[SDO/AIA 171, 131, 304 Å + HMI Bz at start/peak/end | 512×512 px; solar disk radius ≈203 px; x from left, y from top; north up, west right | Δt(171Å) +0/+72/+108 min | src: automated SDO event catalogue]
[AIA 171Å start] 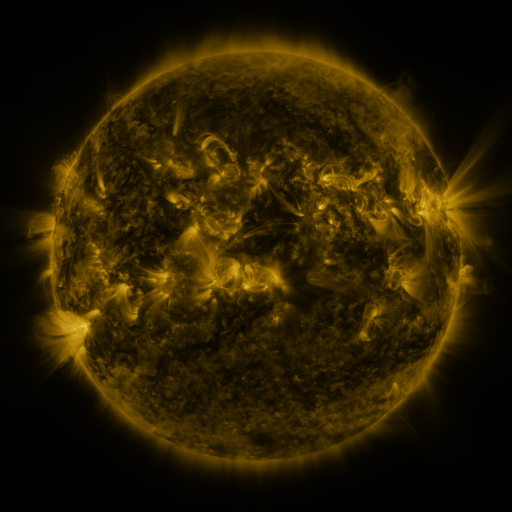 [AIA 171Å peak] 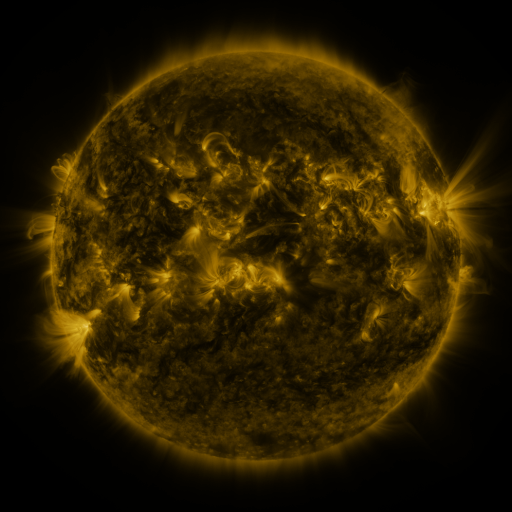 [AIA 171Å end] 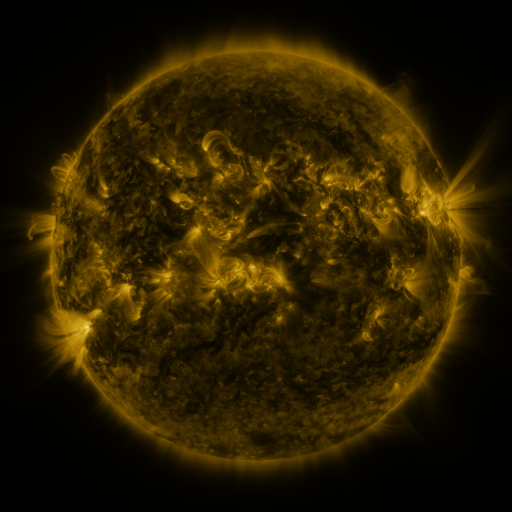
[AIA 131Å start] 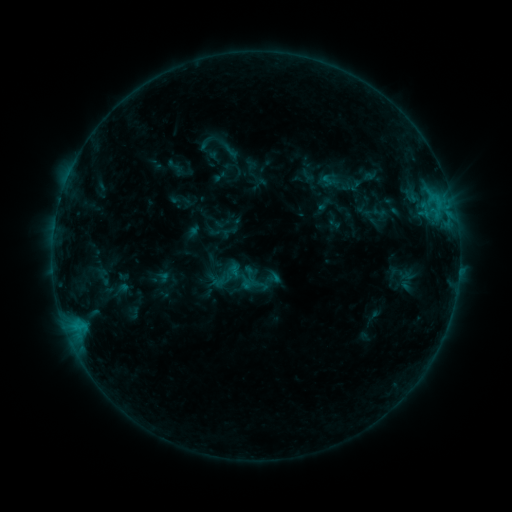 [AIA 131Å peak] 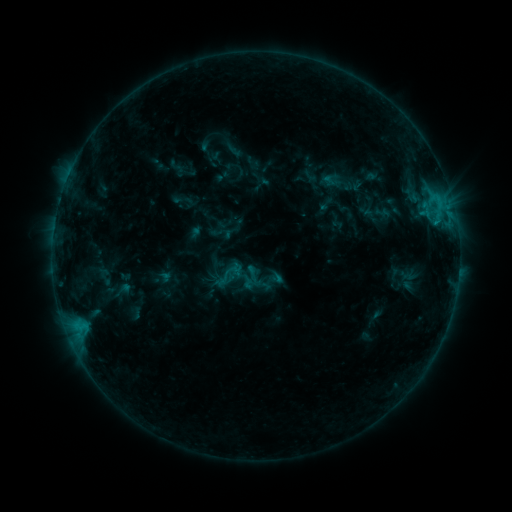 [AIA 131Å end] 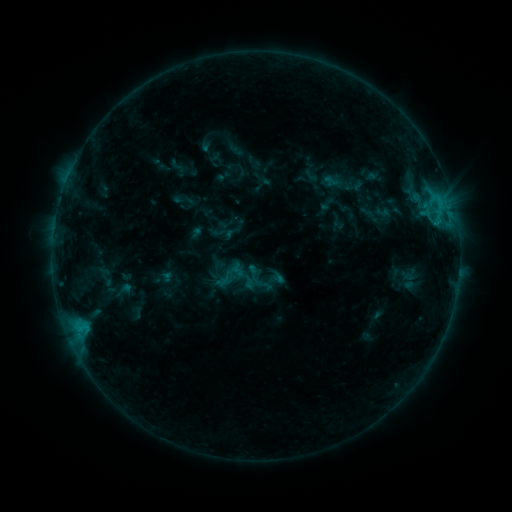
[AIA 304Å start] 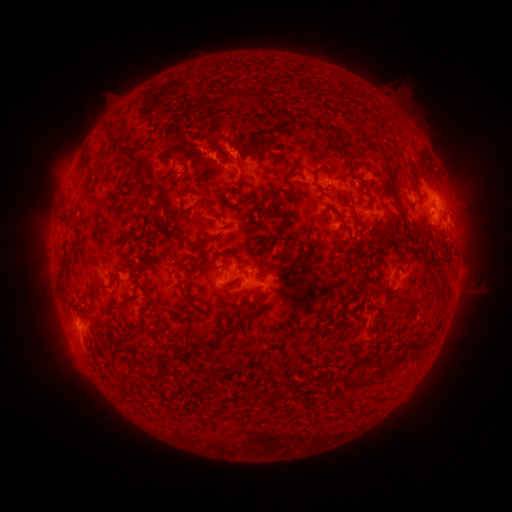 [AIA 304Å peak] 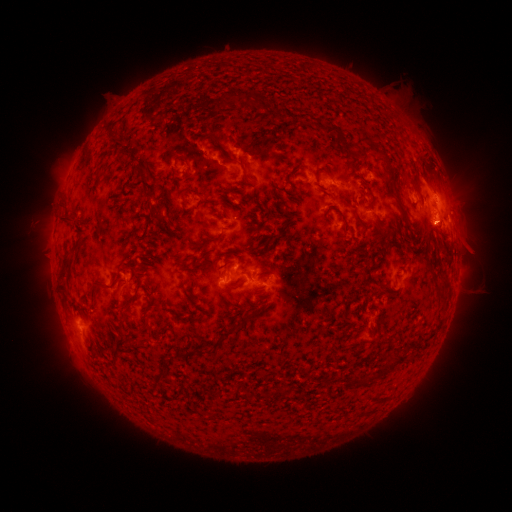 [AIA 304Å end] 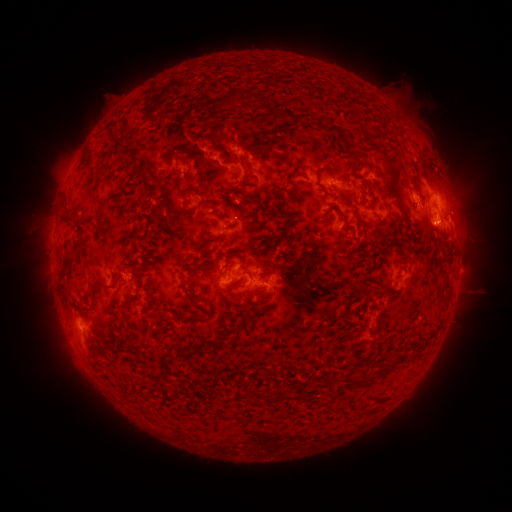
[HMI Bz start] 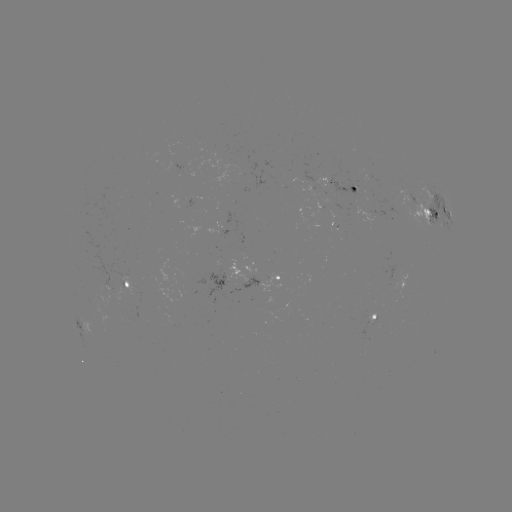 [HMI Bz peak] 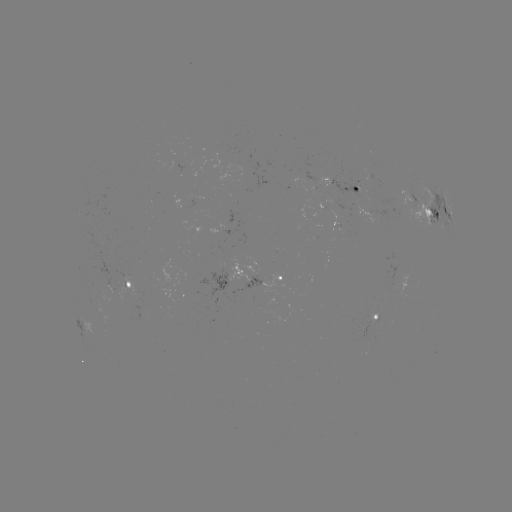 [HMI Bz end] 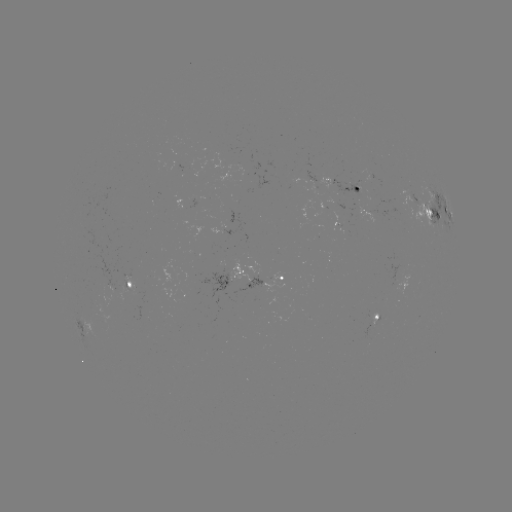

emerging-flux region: [303, 171, 316, 182]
